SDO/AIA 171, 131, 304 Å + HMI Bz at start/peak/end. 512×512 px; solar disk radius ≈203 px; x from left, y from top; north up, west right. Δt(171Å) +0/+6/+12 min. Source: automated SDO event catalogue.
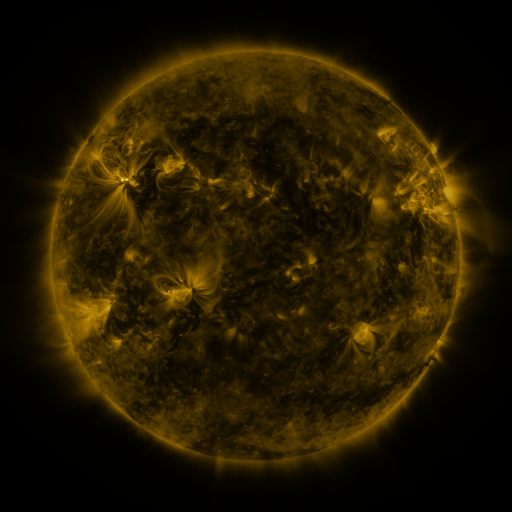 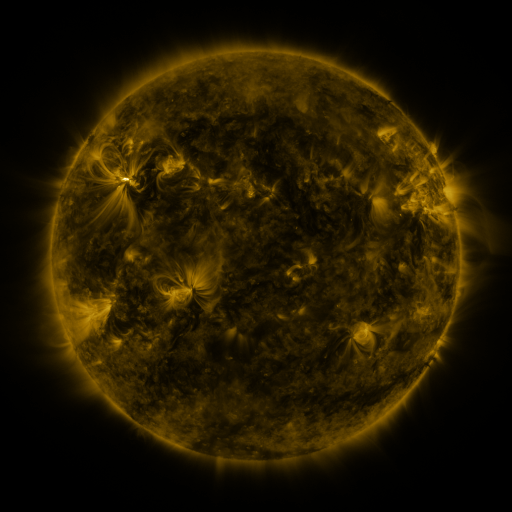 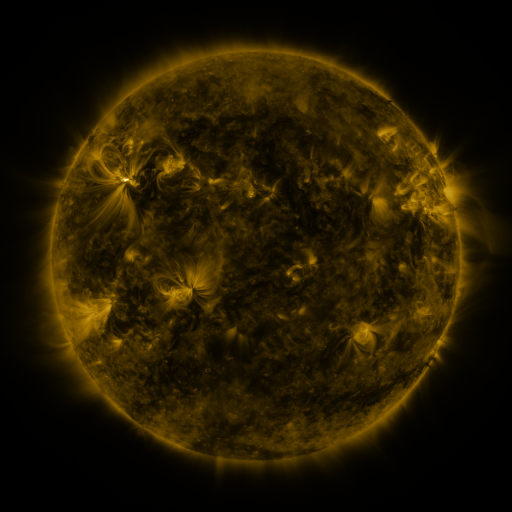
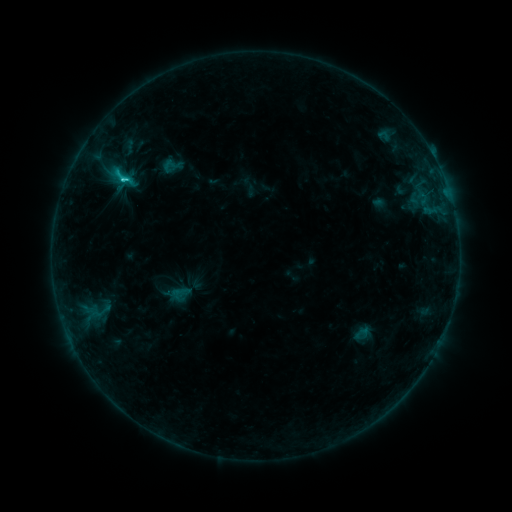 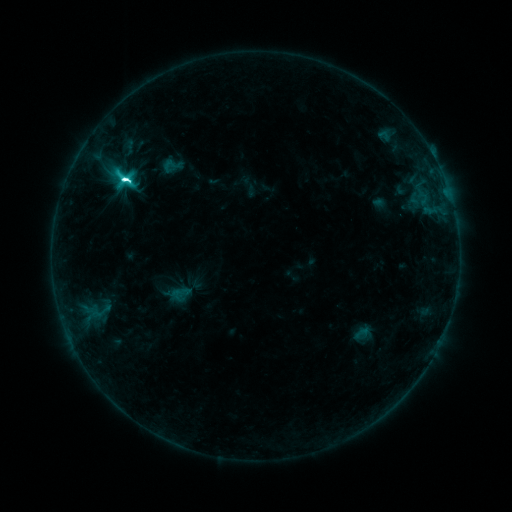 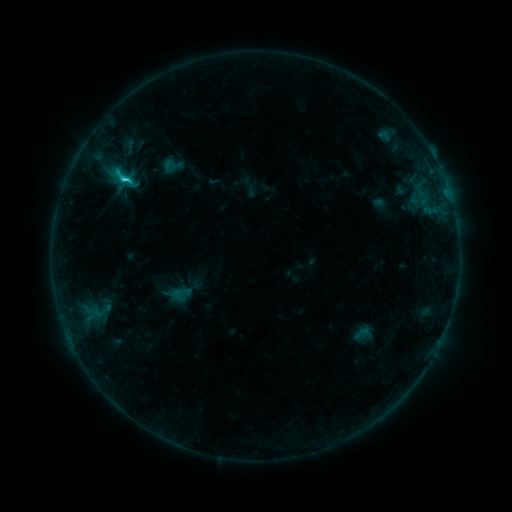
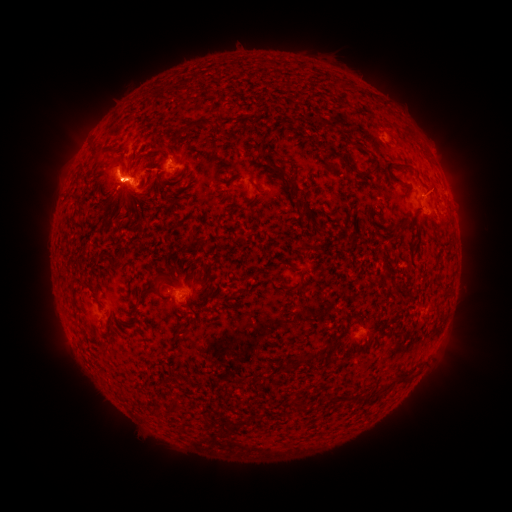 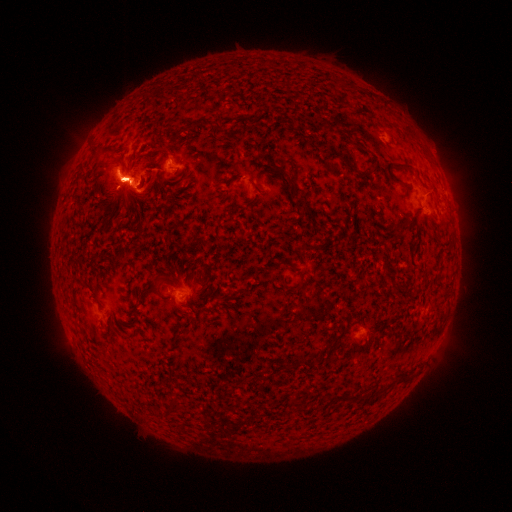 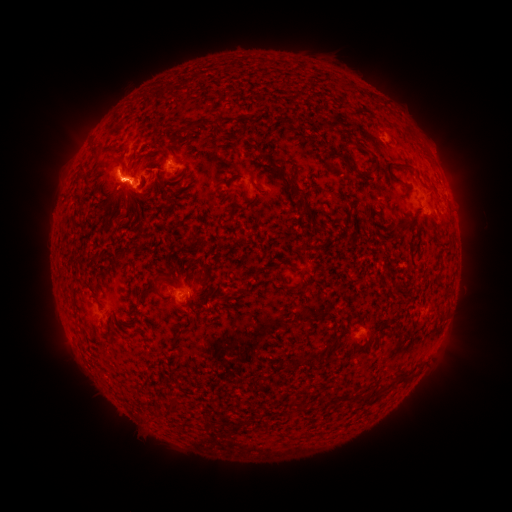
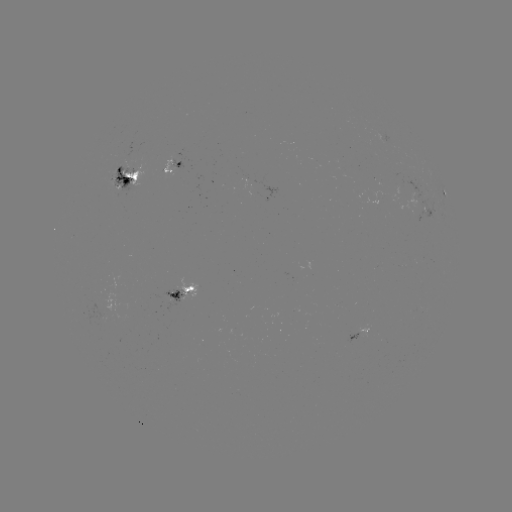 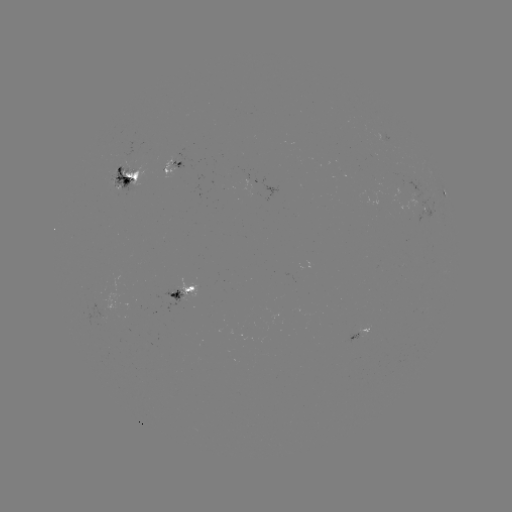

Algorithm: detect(M1.3 flare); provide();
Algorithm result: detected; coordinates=124,181